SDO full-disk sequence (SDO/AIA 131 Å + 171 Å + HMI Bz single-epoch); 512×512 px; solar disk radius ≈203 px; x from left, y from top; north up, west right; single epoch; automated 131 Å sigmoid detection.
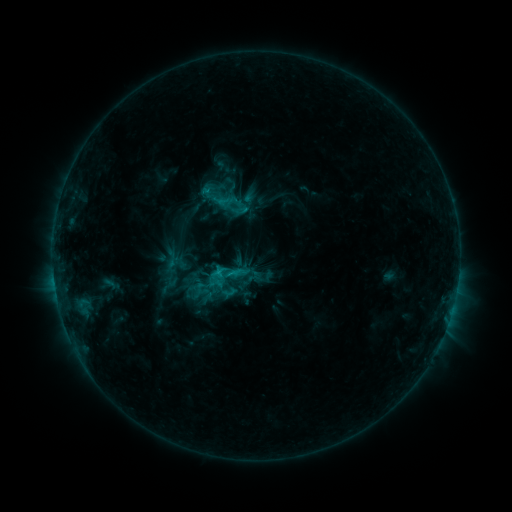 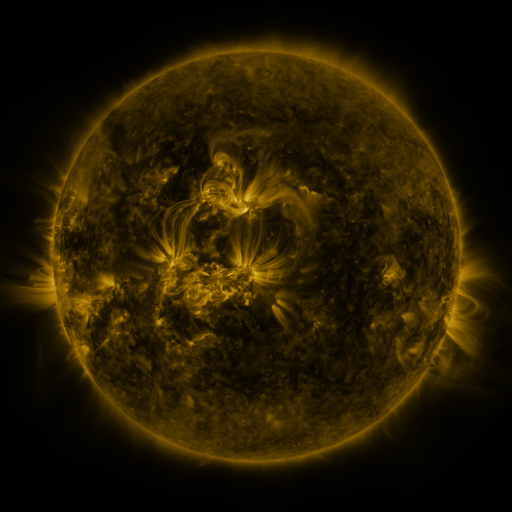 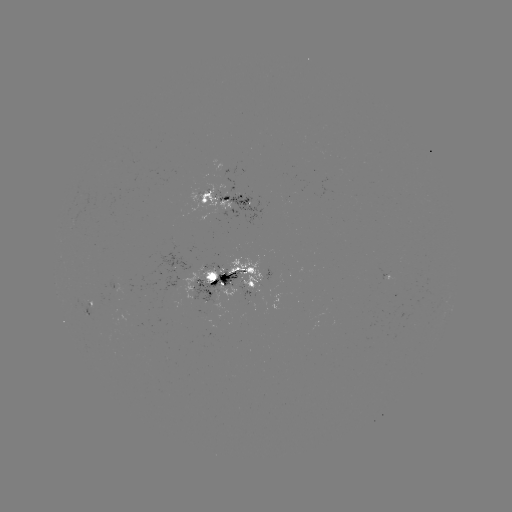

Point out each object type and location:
sigmoid: (212, 187)
